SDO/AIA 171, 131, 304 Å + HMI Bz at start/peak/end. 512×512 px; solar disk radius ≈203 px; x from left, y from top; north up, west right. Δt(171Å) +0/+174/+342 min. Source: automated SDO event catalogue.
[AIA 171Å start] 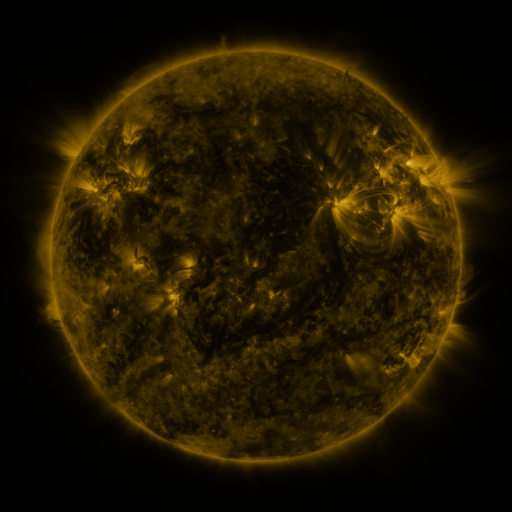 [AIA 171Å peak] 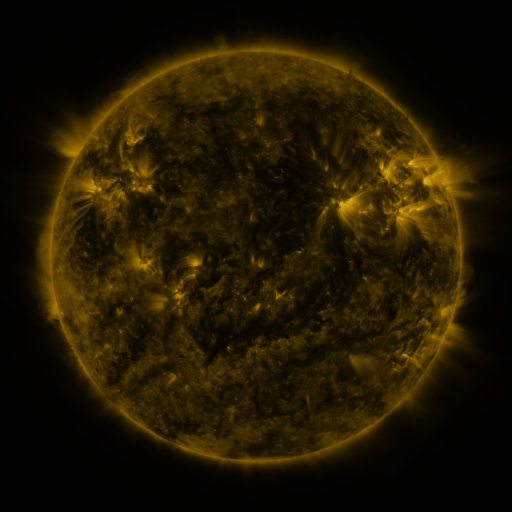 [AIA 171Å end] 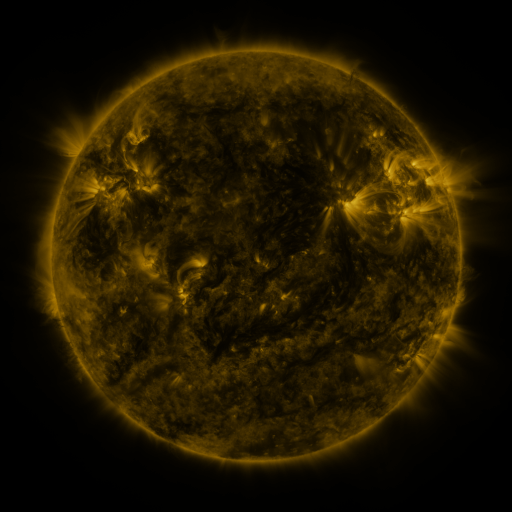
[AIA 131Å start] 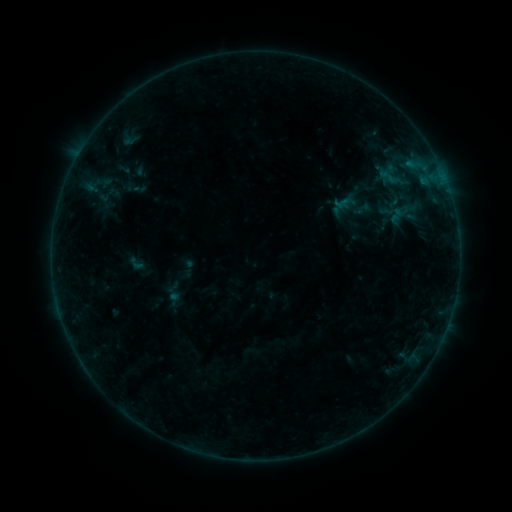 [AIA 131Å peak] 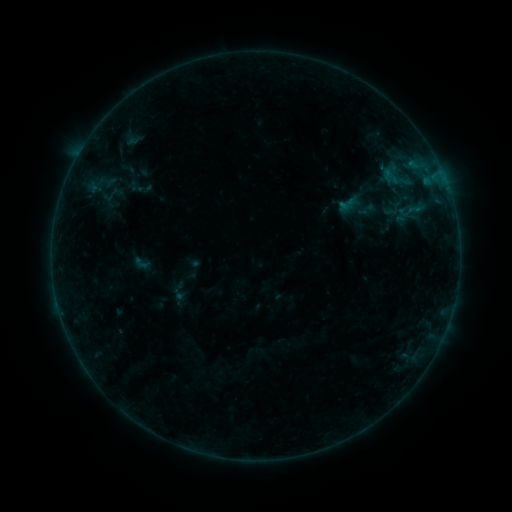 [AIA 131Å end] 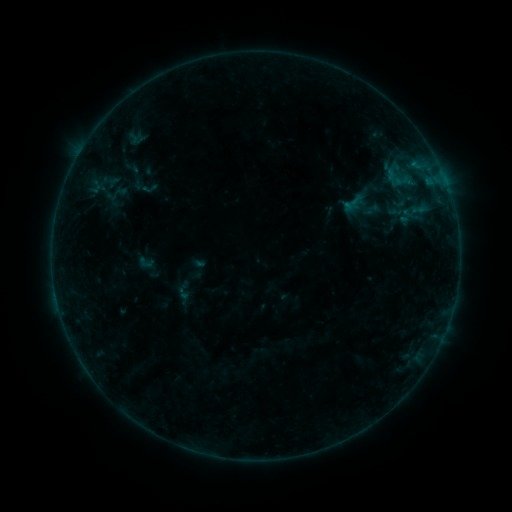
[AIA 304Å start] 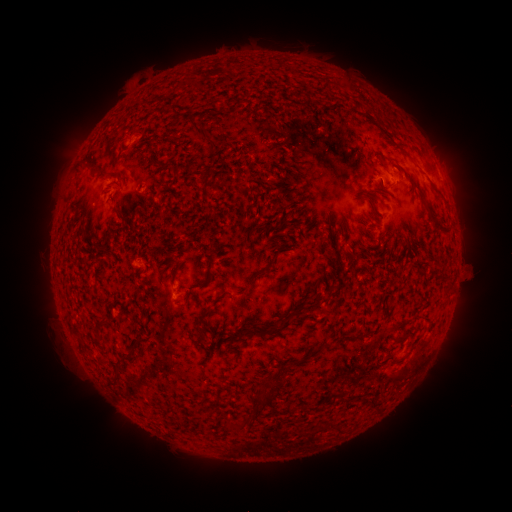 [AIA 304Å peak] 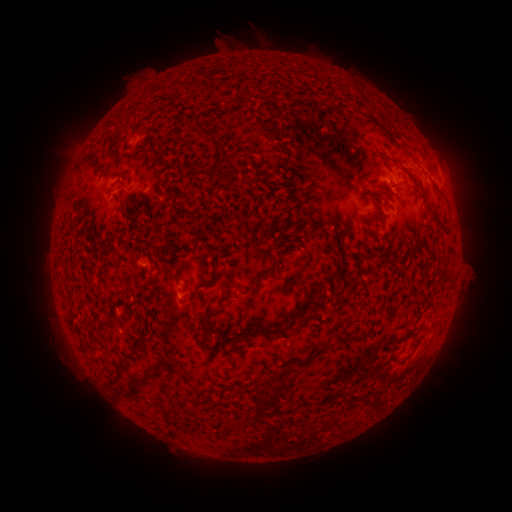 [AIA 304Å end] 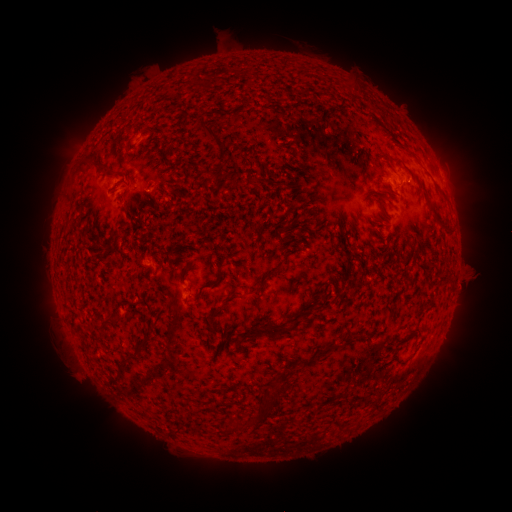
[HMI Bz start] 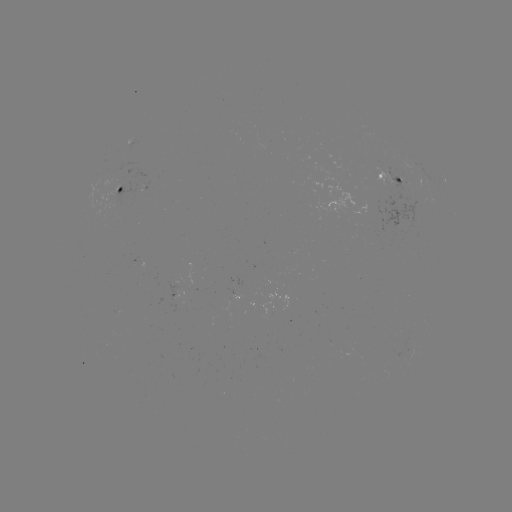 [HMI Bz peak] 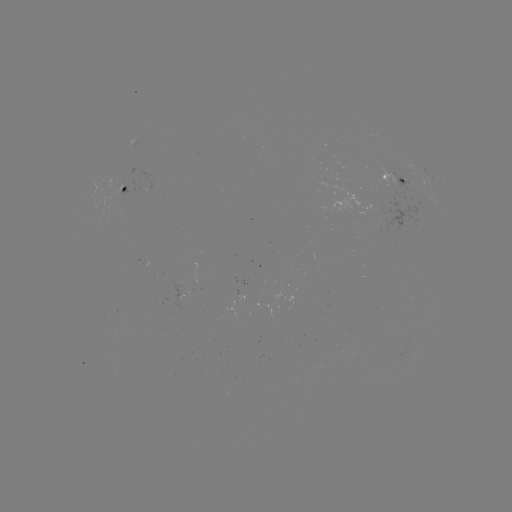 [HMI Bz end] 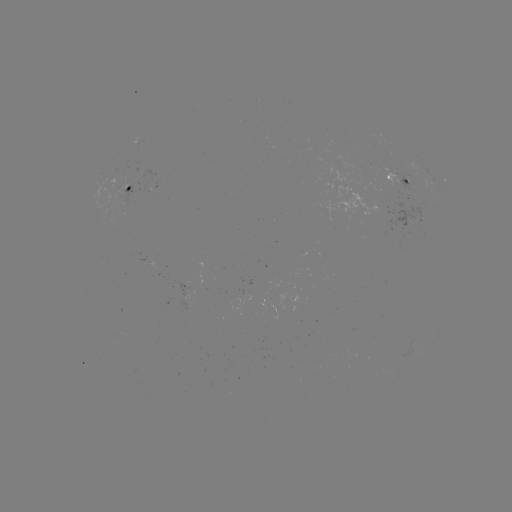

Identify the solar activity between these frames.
filament eruption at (256, 28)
